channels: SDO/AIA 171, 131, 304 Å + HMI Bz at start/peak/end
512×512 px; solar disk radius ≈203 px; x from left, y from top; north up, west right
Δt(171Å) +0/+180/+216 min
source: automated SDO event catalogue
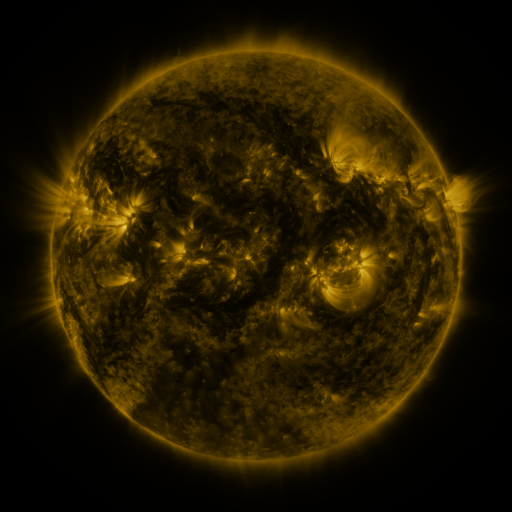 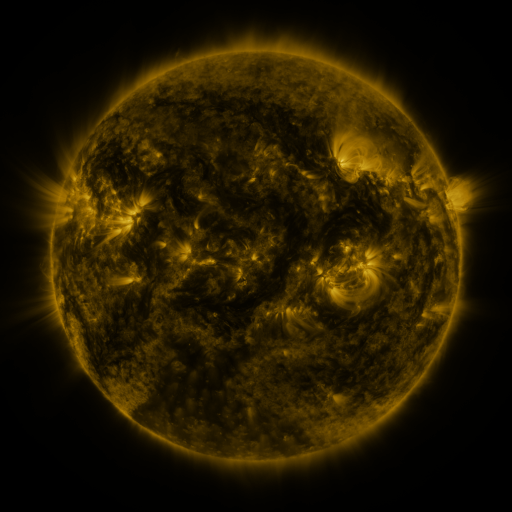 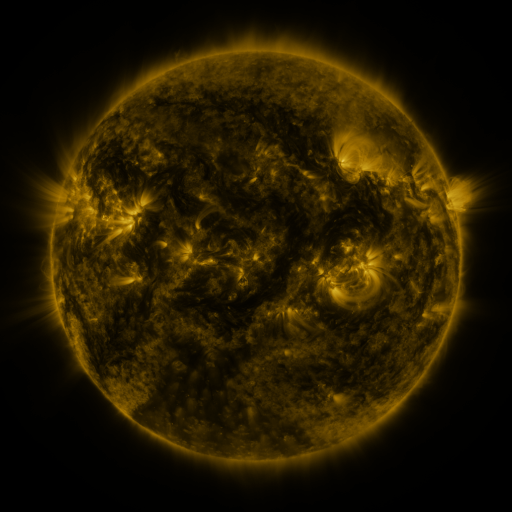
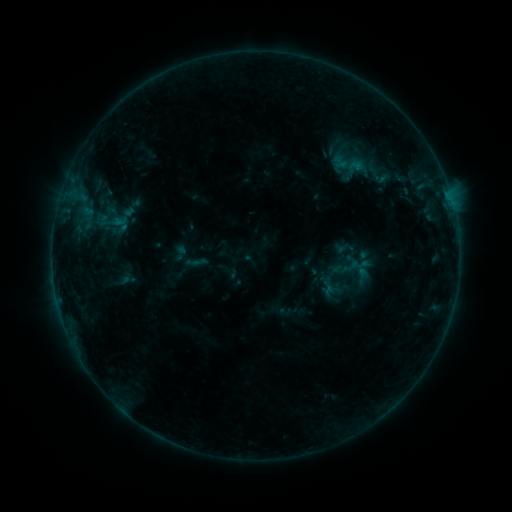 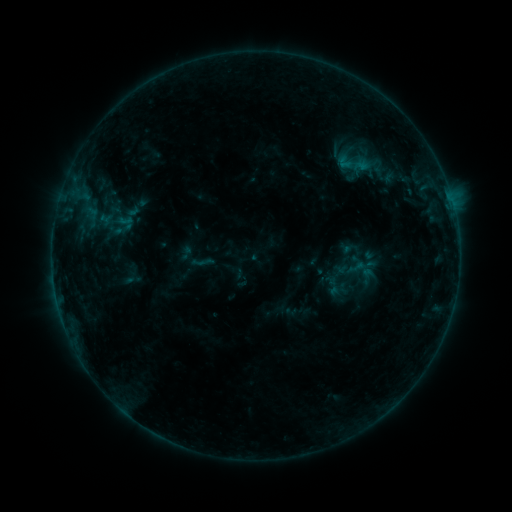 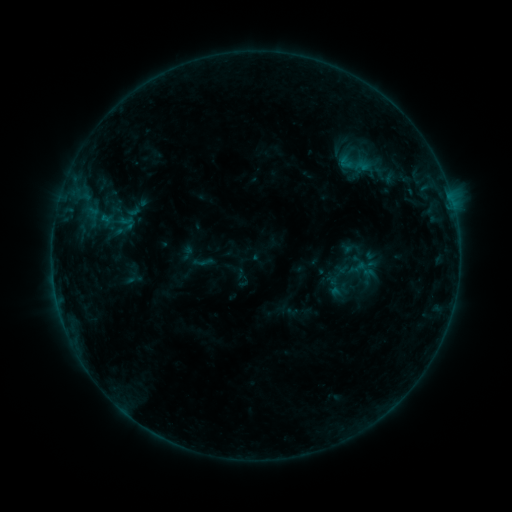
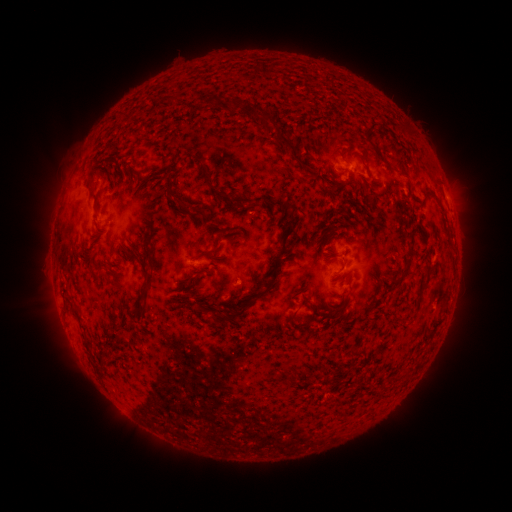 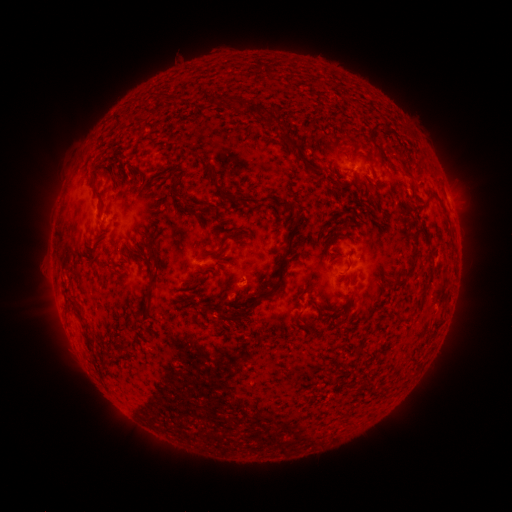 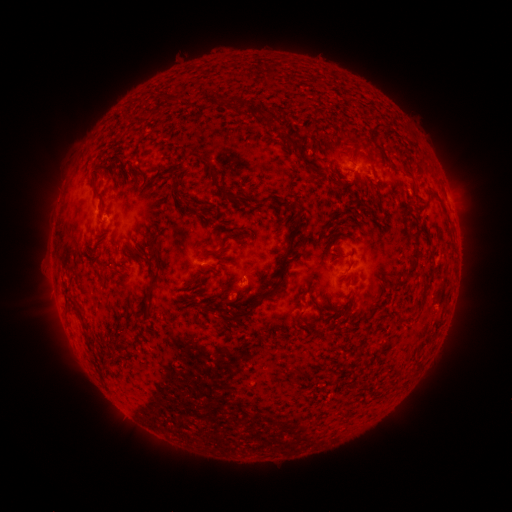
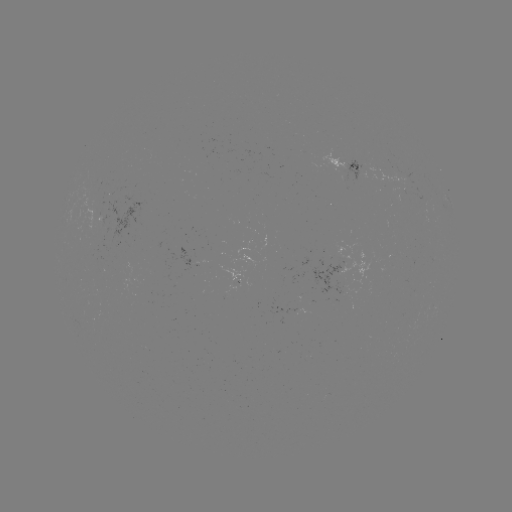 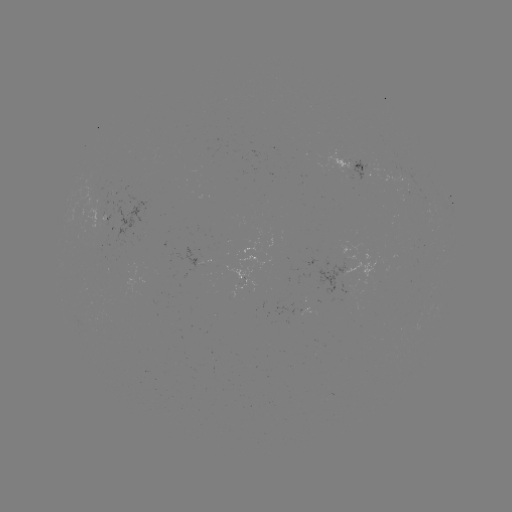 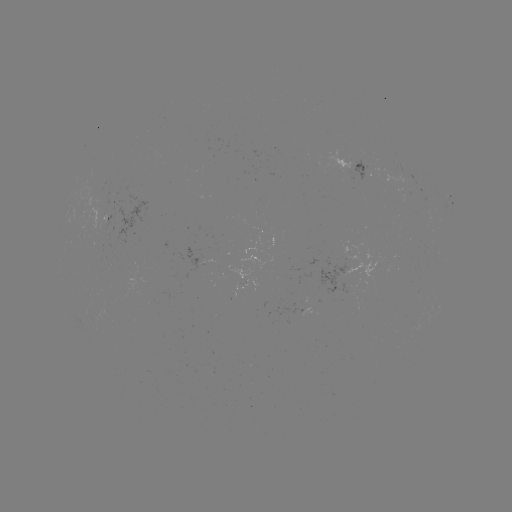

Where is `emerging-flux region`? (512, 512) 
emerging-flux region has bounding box [81, 198, 110, 232].